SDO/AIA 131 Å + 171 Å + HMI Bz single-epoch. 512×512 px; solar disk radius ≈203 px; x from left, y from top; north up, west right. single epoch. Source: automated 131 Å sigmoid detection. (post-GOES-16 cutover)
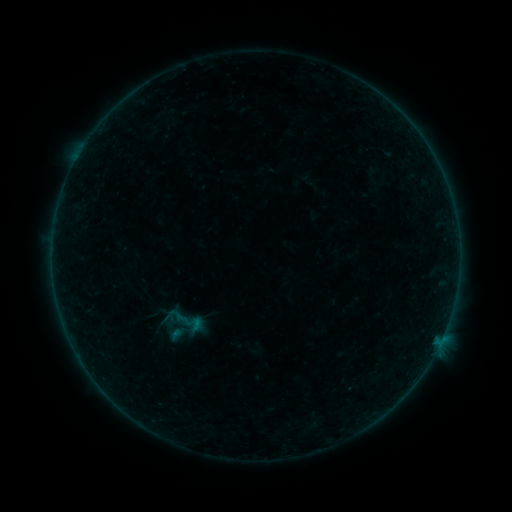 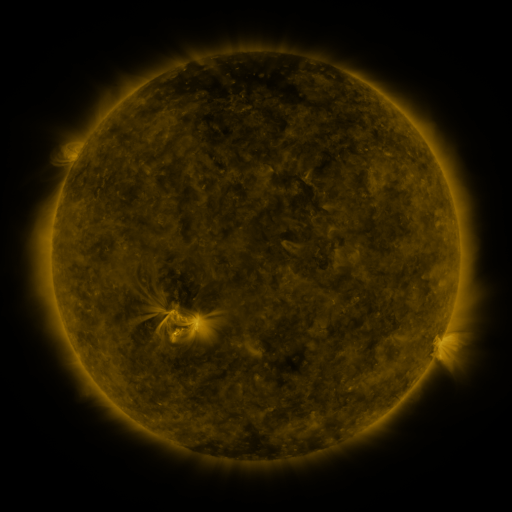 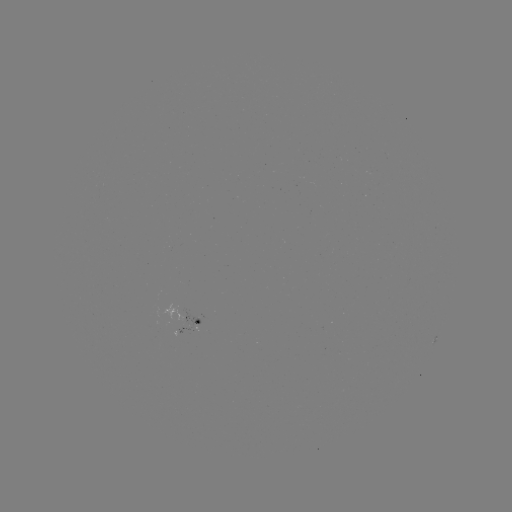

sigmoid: (179, 312, 206, 336)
